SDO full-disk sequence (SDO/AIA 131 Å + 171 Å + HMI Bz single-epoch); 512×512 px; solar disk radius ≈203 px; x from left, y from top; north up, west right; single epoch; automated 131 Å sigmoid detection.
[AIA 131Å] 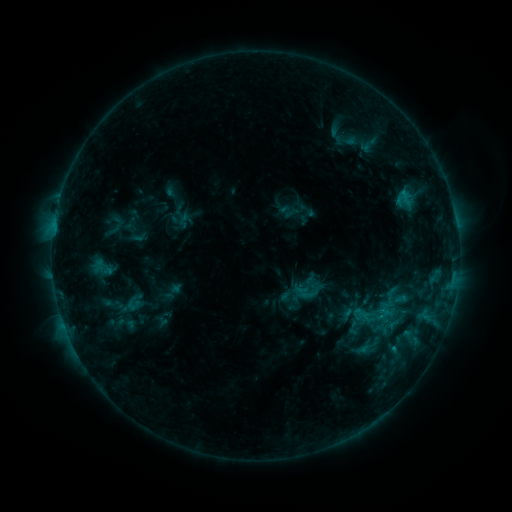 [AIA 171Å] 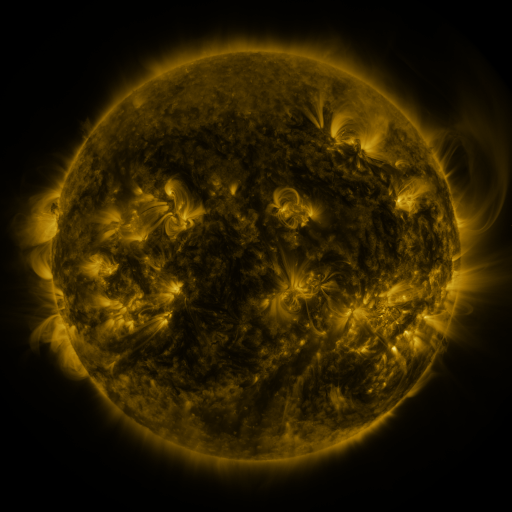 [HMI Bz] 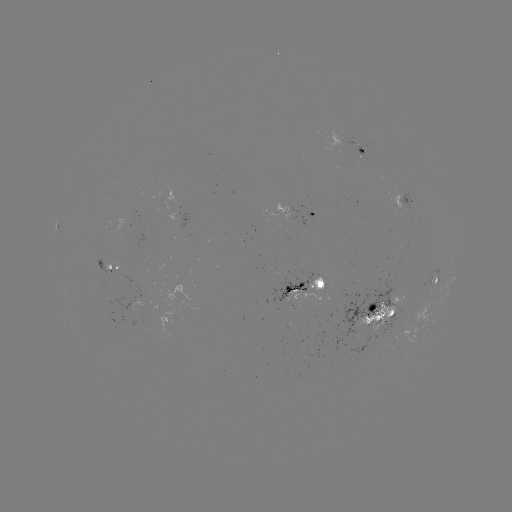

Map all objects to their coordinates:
sigmoid: <bbox>354, 292, 398, 337</bbox>
sigmoid: <bbox>362, 332, 386, 356</bbox>
